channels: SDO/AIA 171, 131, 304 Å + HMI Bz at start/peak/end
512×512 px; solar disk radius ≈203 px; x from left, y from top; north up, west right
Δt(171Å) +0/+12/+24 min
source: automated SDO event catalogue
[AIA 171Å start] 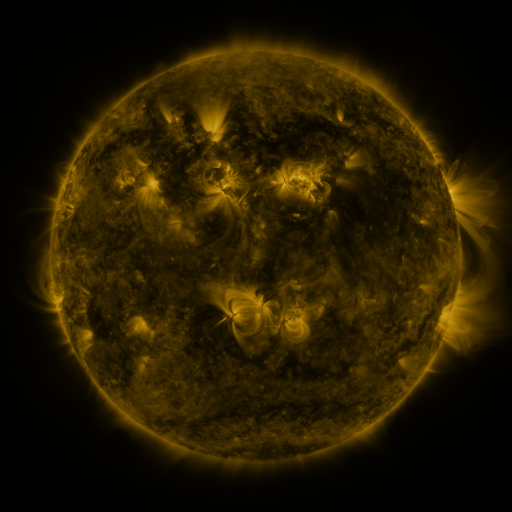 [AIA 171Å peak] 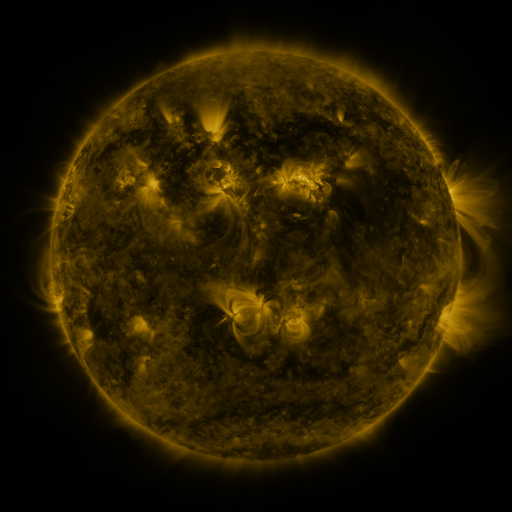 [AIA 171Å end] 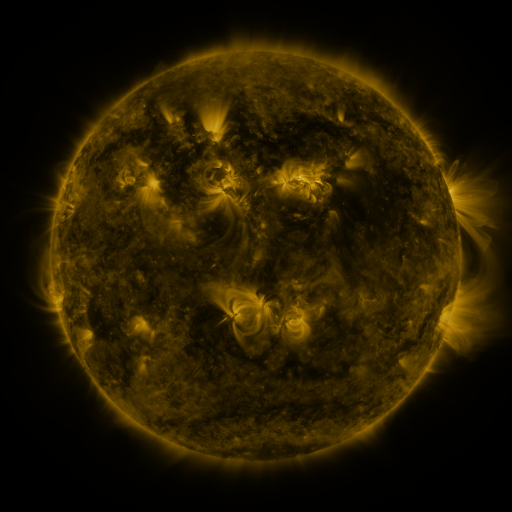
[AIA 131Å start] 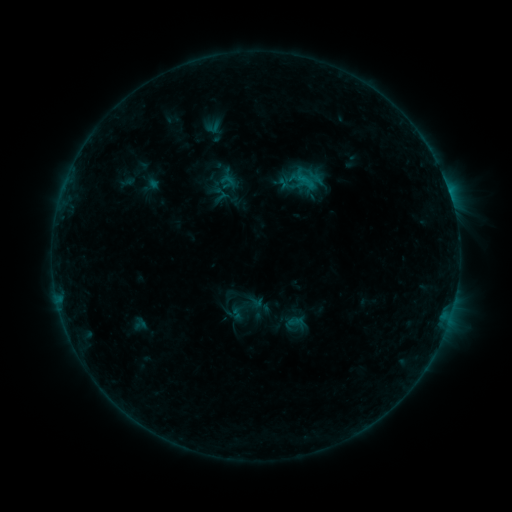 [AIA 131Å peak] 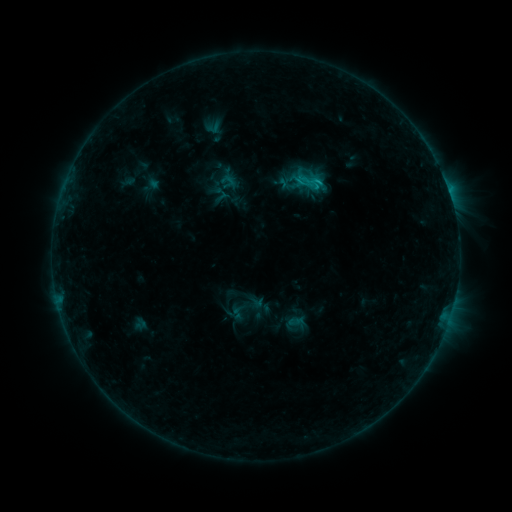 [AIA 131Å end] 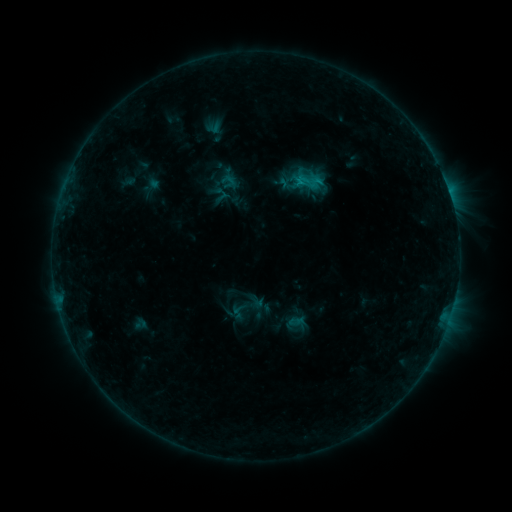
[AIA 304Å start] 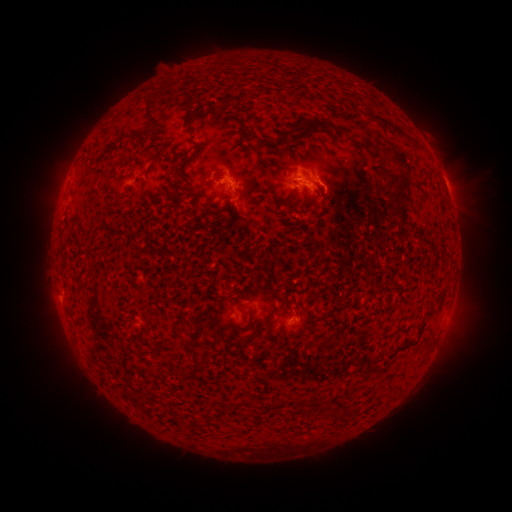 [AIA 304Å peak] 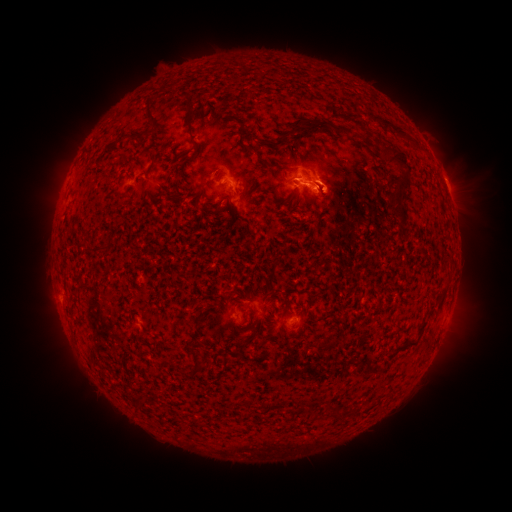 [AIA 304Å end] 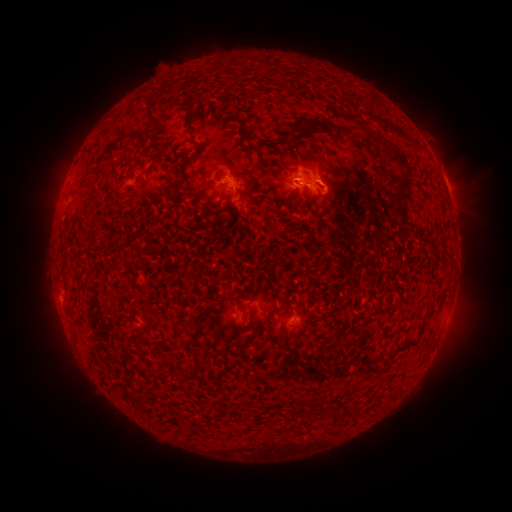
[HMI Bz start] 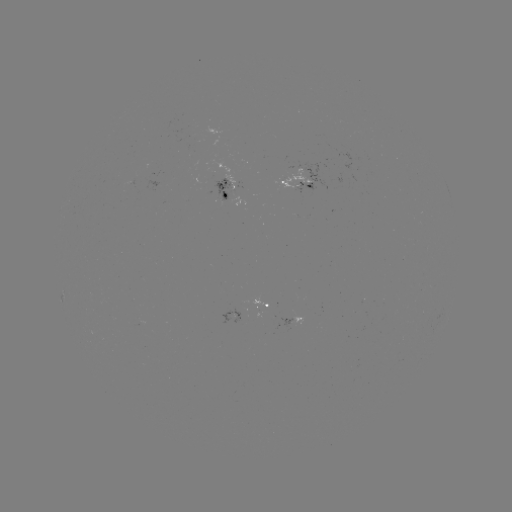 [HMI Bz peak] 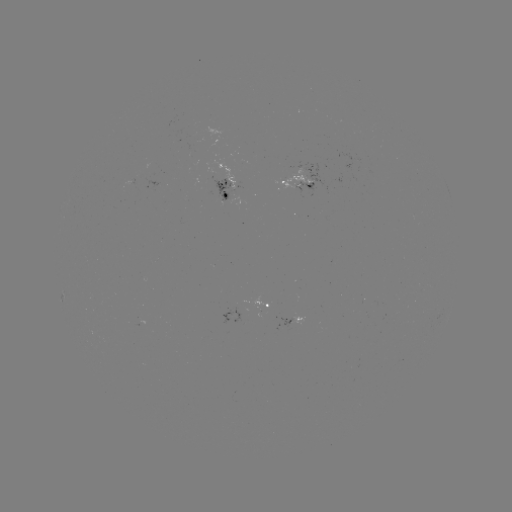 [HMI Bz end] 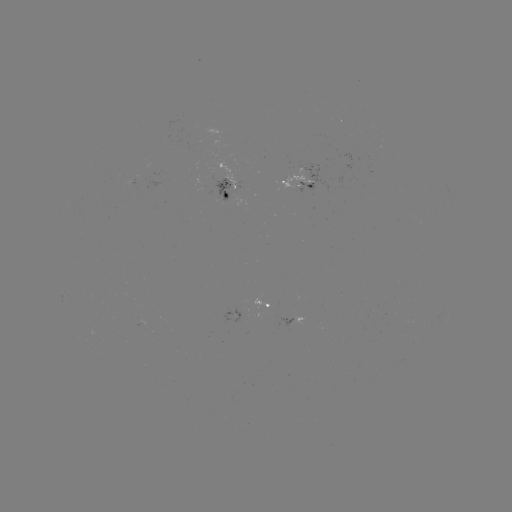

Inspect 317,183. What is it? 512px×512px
C1.2 flare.